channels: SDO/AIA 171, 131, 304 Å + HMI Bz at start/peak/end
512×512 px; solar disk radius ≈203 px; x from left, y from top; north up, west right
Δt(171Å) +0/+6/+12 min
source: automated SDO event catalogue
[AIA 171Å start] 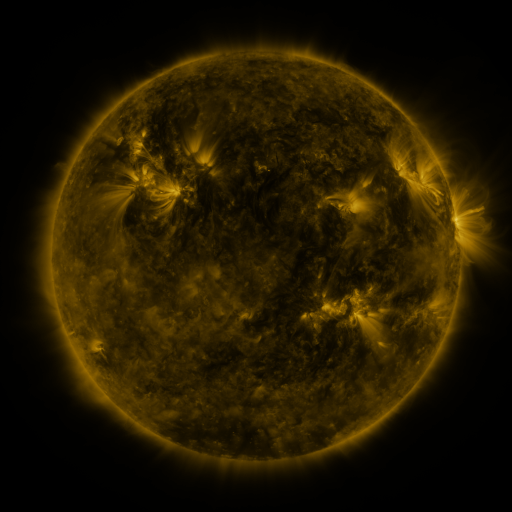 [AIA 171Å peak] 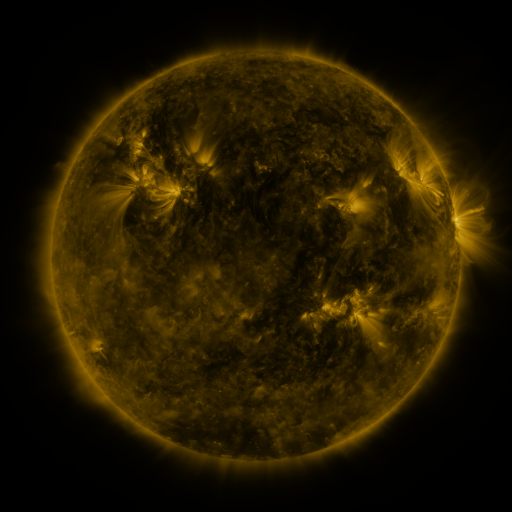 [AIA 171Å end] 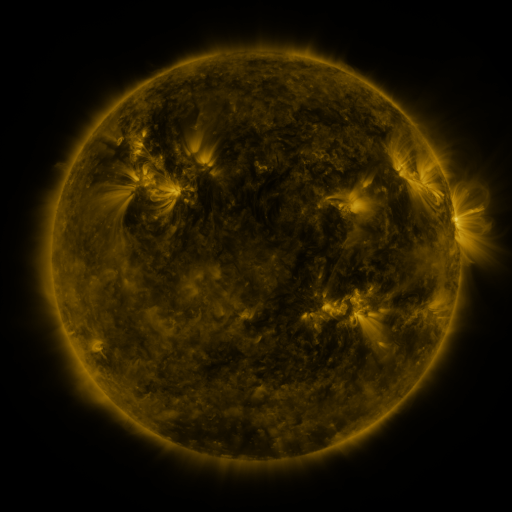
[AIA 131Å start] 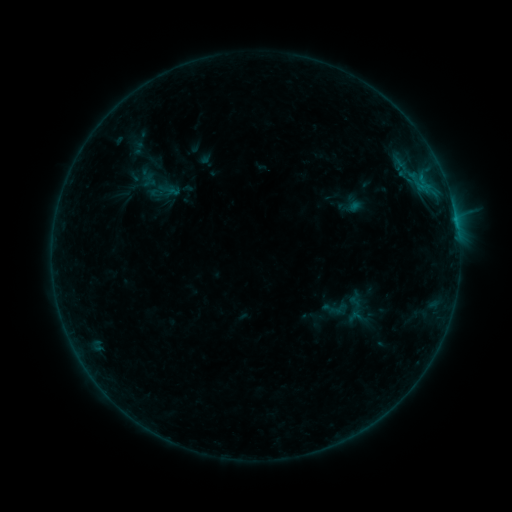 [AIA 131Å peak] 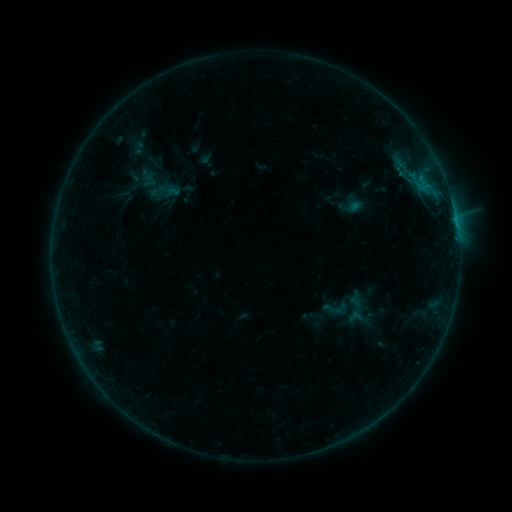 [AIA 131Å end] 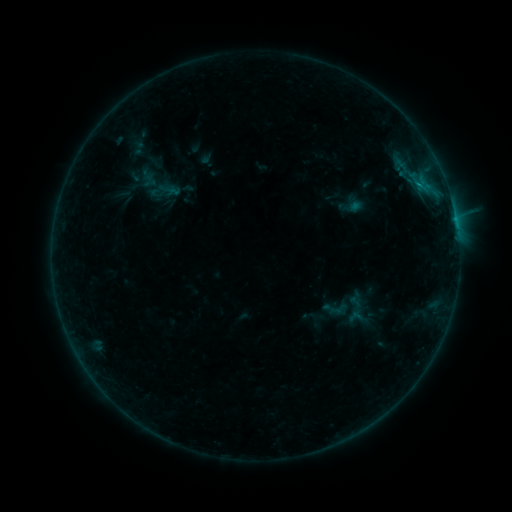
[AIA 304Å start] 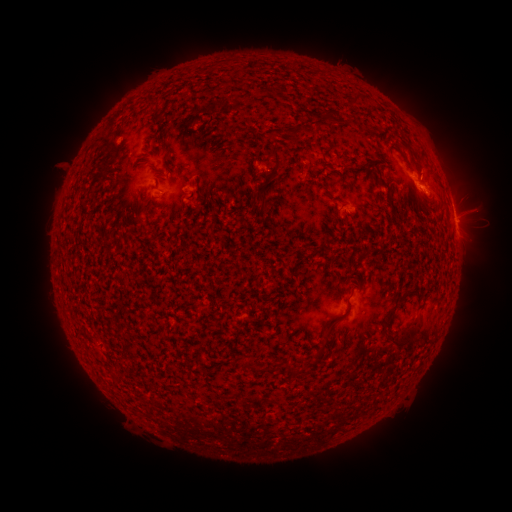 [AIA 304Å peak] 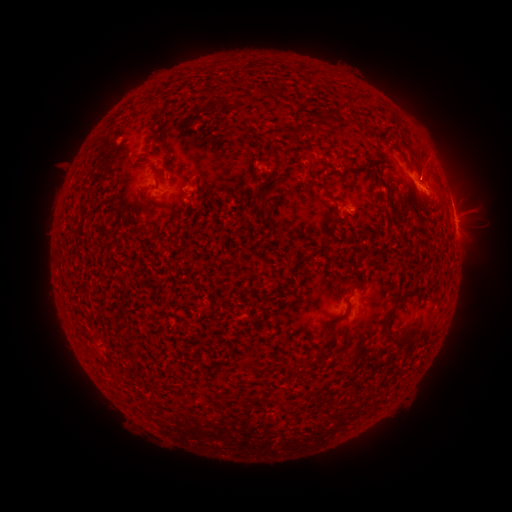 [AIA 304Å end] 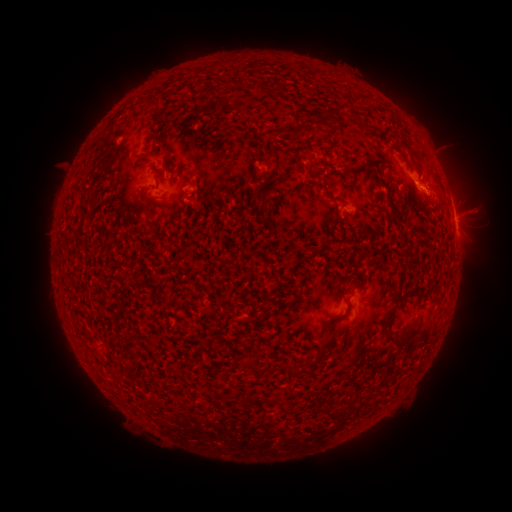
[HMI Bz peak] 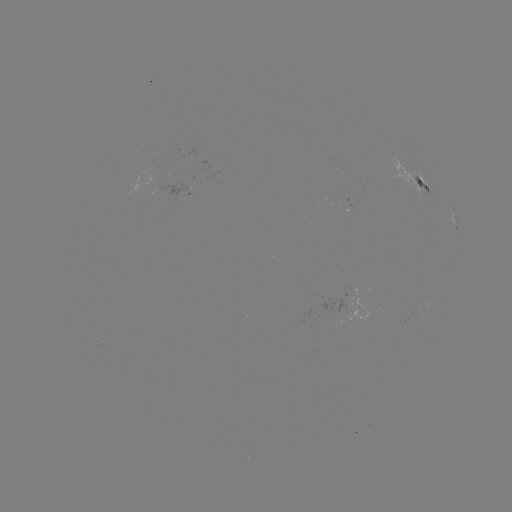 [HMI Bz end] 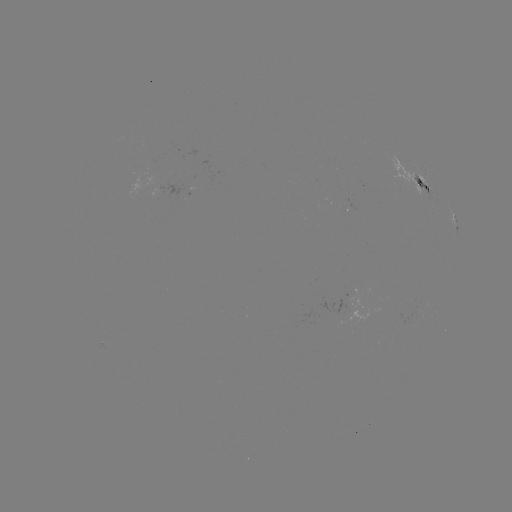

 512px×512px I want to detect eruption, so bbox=[402, 136, 457, 189].